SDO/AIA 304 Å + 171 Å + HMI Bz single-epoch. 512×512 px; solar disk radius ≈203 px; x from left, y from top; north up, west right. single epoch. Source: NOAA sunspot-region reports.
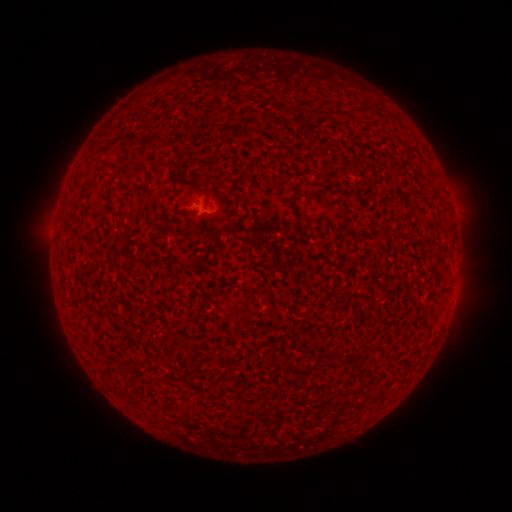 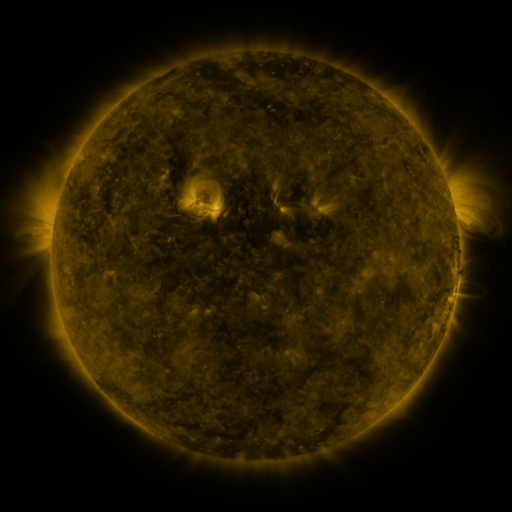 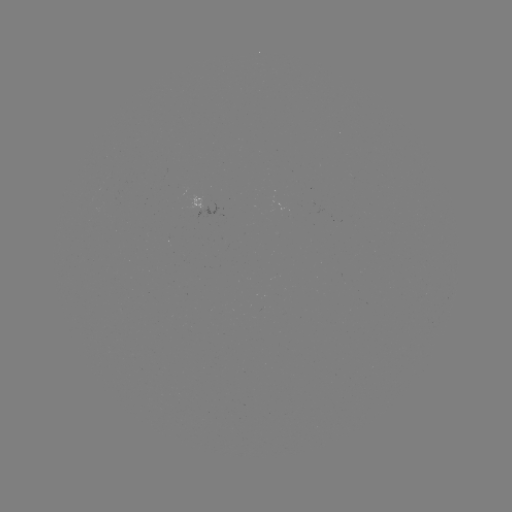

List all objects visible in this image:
(none)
